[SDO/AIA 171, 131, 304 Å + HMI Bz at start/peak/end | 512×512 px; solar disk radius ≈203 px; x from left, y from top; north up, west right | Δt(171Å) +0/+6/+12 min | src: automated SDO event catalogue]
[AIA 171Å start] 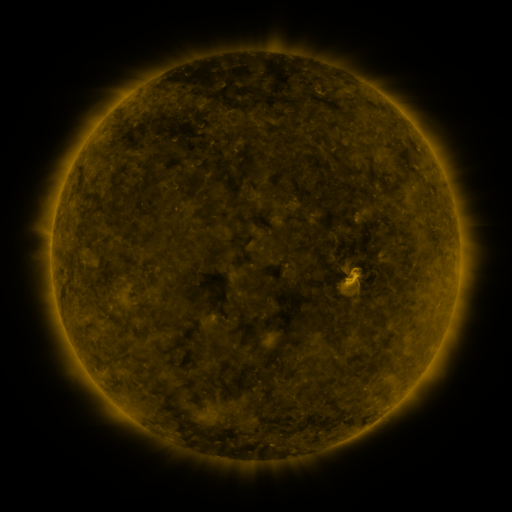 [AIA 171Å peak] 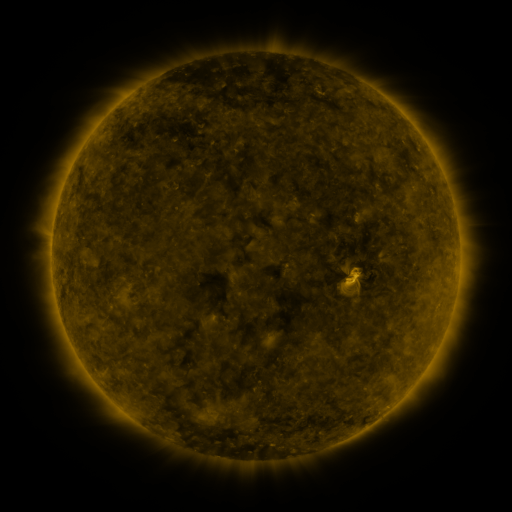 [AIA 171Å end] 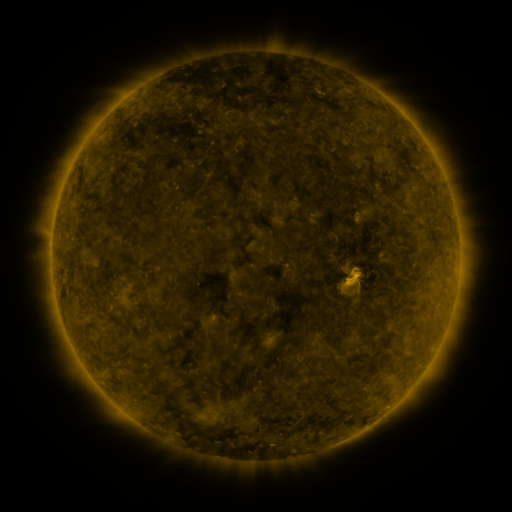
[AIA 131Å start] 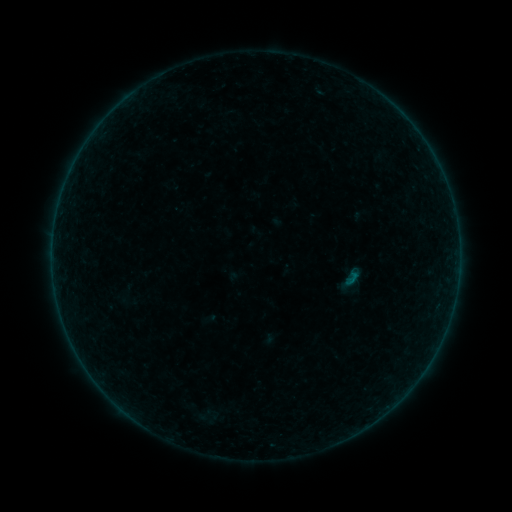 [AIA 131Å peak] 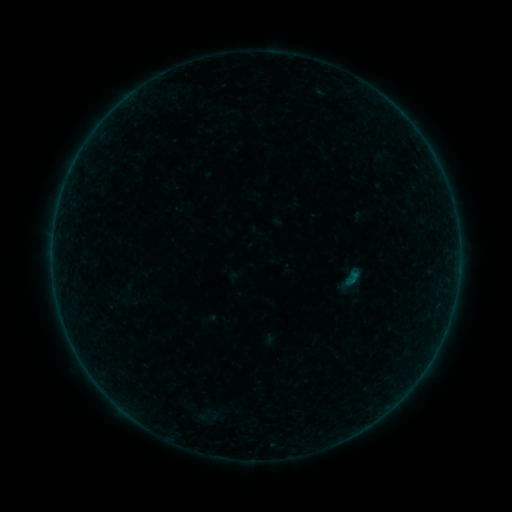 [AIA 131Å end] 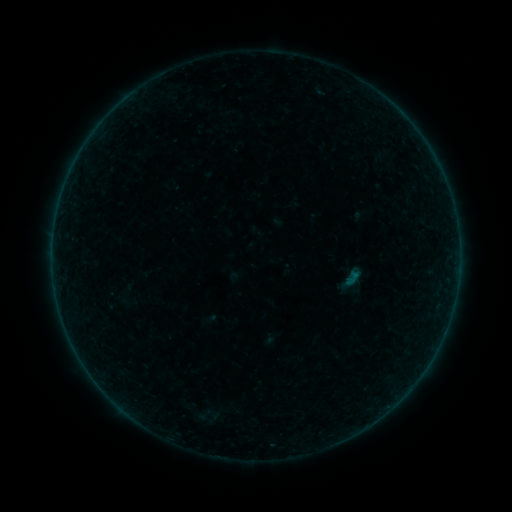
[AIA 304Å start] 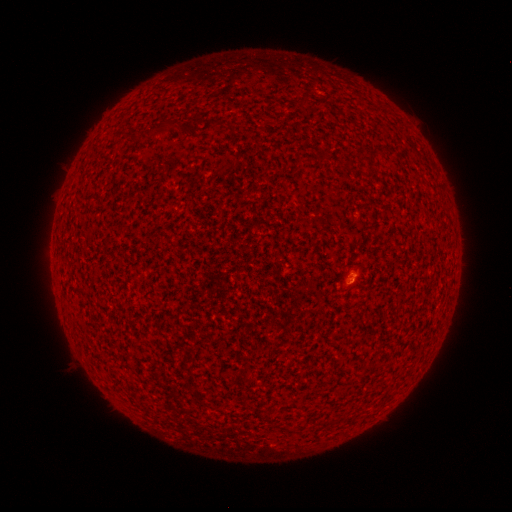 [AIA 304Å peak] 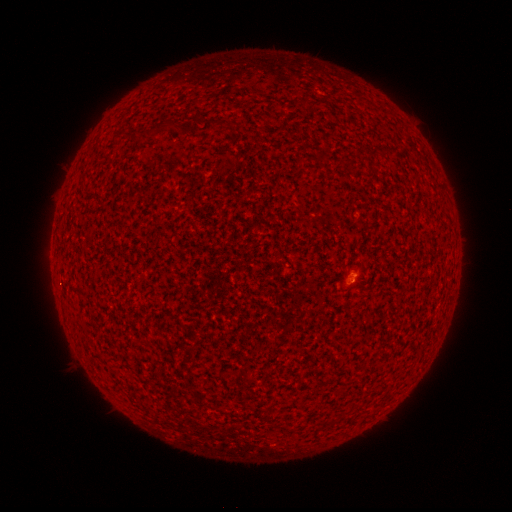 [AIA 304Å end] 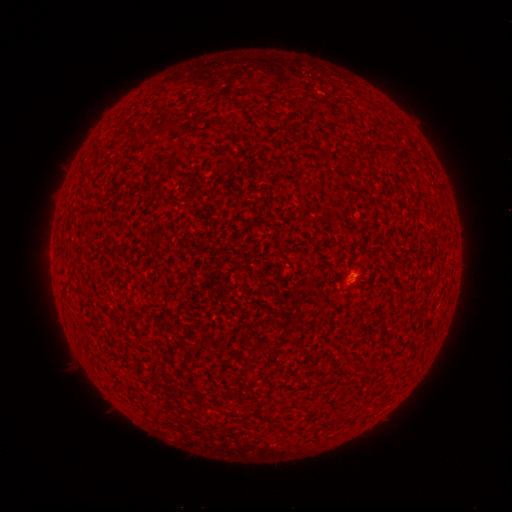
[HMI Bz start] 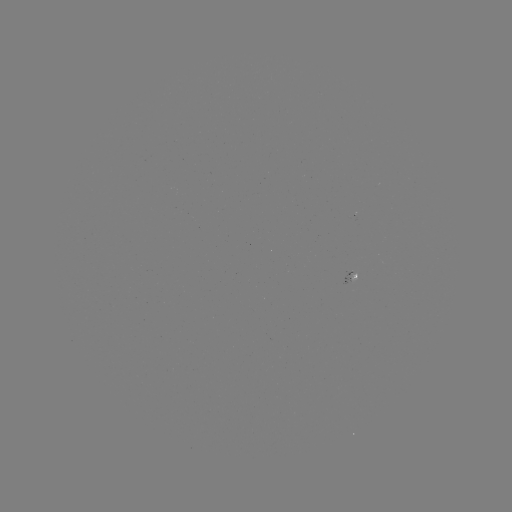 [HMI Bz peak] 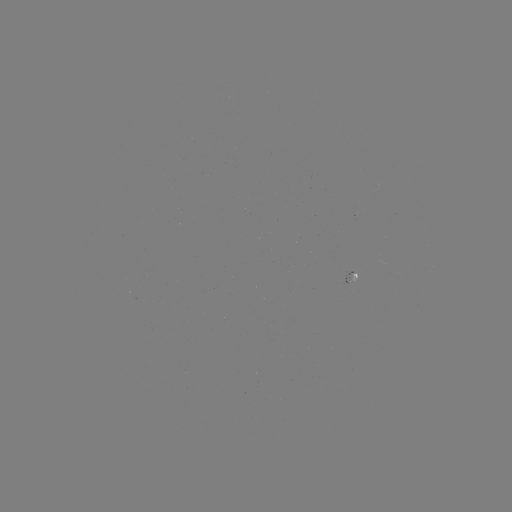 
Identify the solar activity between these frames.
A3.6 flare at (354, 271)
